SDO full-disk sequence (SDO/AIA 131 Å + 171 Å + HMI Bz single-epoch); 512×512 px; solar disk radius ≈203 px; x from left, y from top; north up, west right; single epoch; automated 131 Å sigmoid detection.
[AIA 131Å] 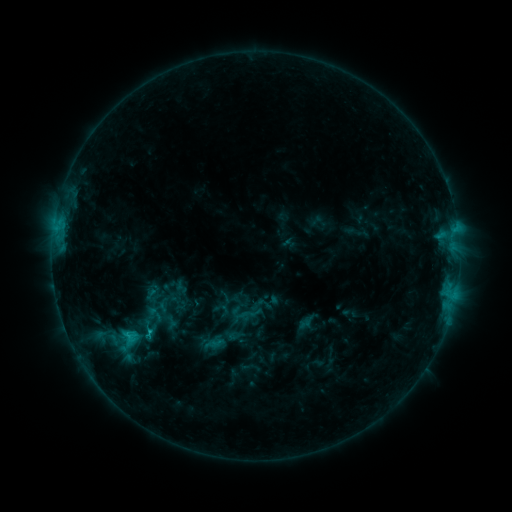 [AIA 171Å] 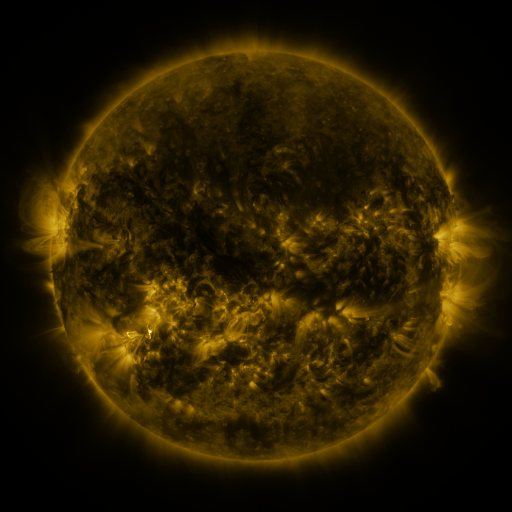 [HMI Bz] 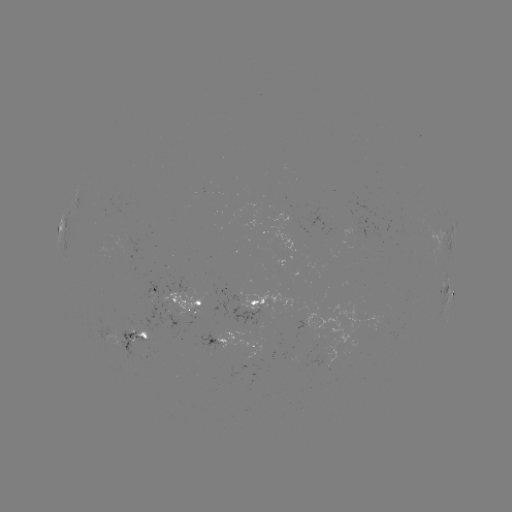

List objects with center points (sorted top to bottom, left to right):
sigmoid: <bbox>238, 300, 264, 325</bbox>
